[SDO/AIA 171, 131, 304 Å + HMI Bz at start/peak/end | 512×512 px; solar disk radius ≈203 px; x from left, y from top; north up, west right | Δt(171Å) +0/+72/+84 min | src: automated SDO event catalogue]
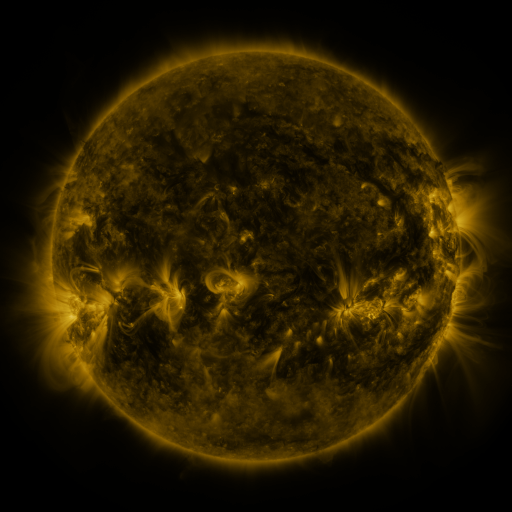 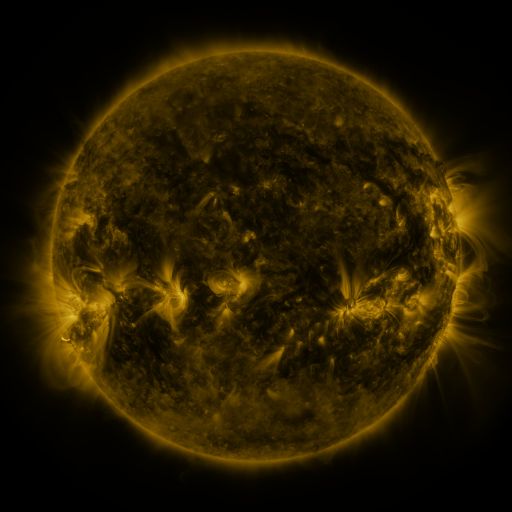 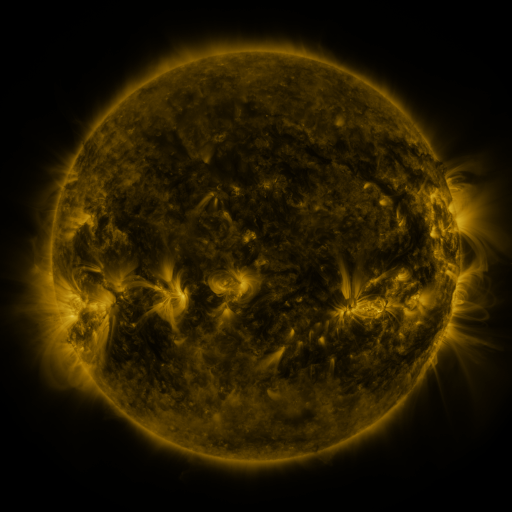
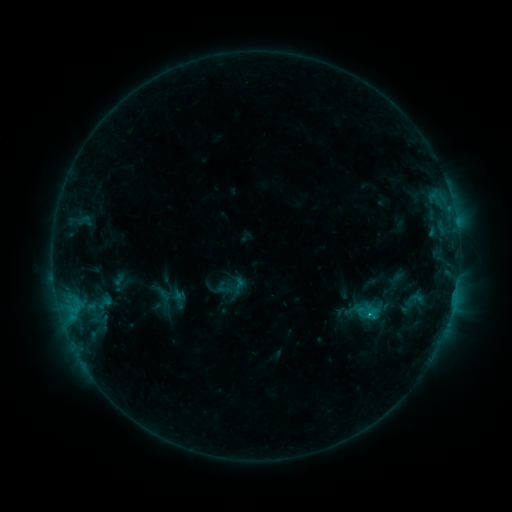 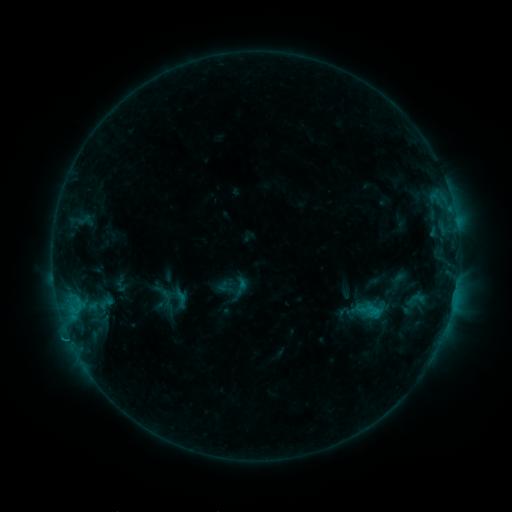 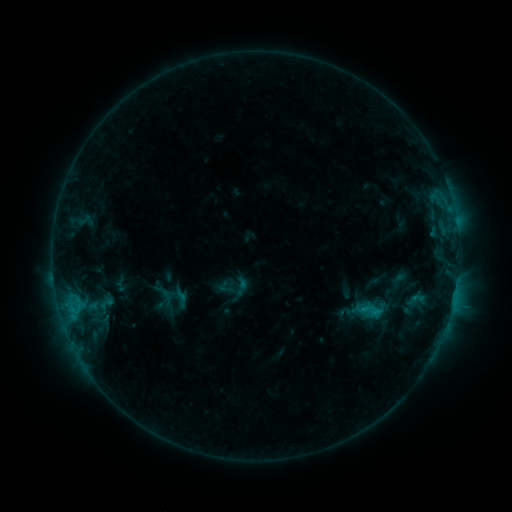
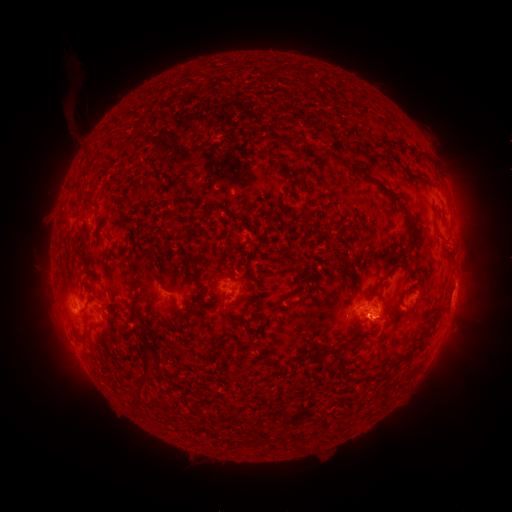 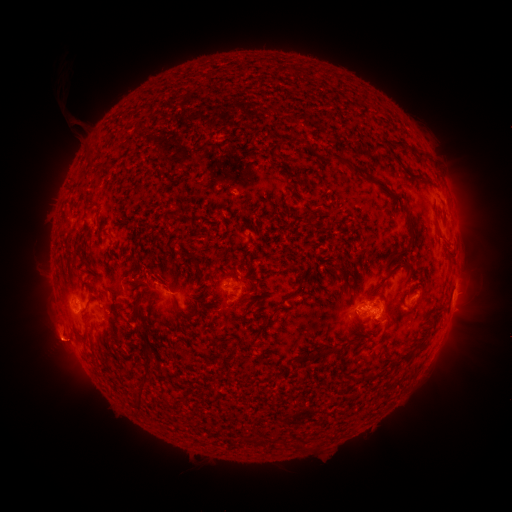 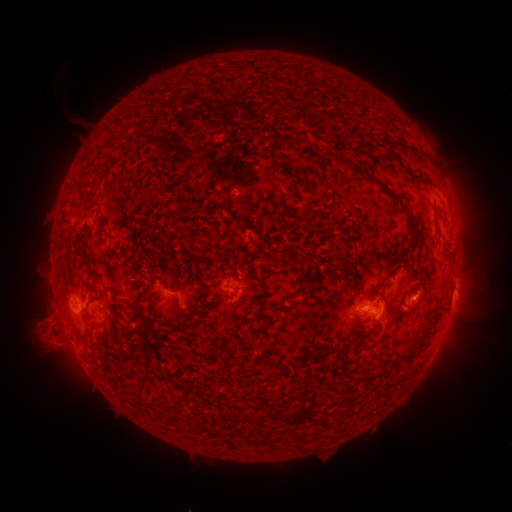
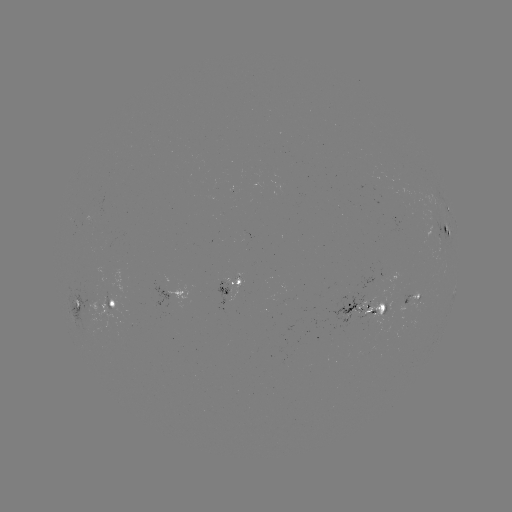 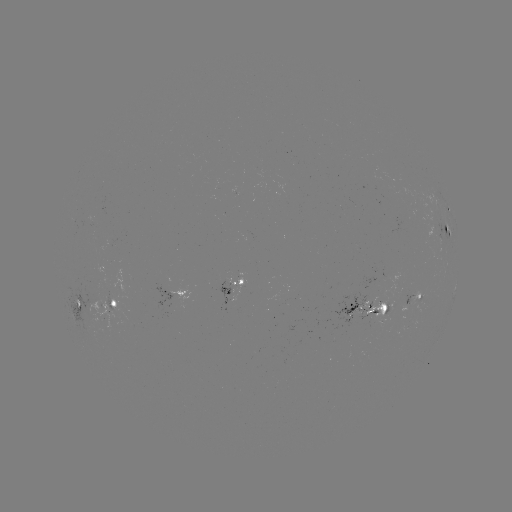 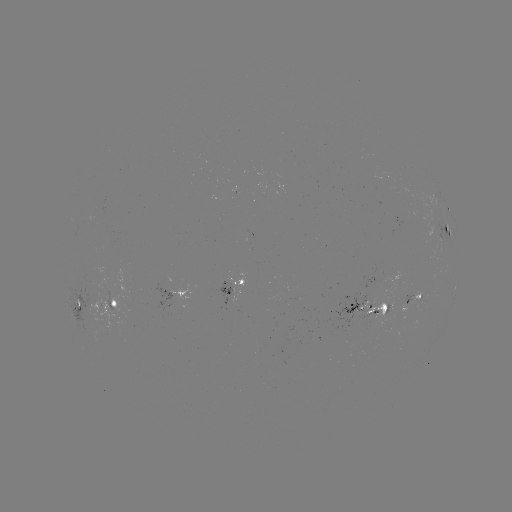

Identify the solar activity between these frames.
emerging-flux region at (359, 308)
